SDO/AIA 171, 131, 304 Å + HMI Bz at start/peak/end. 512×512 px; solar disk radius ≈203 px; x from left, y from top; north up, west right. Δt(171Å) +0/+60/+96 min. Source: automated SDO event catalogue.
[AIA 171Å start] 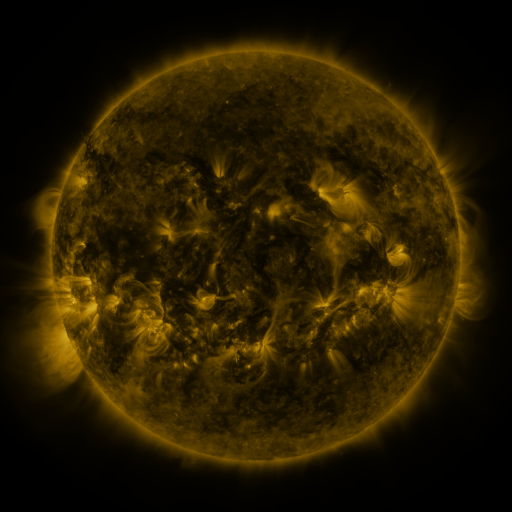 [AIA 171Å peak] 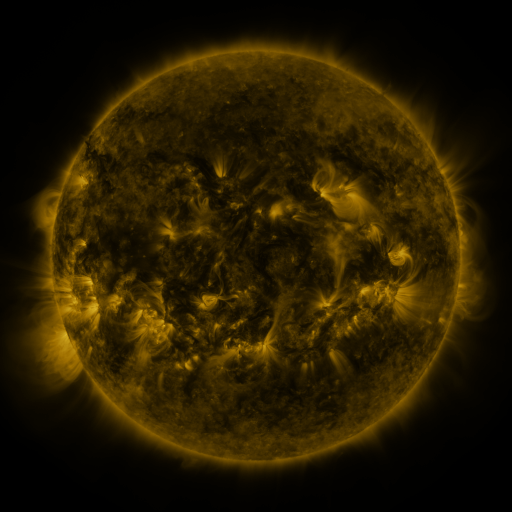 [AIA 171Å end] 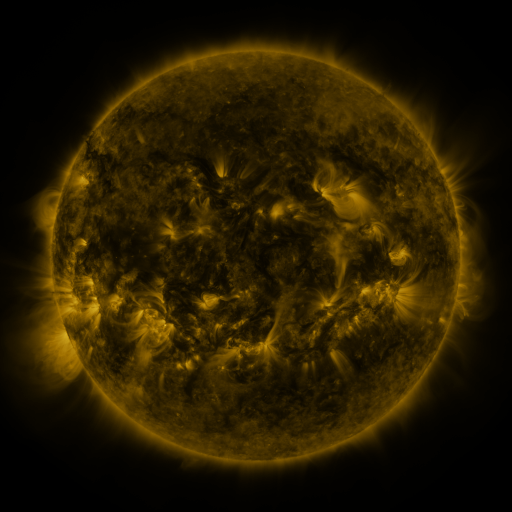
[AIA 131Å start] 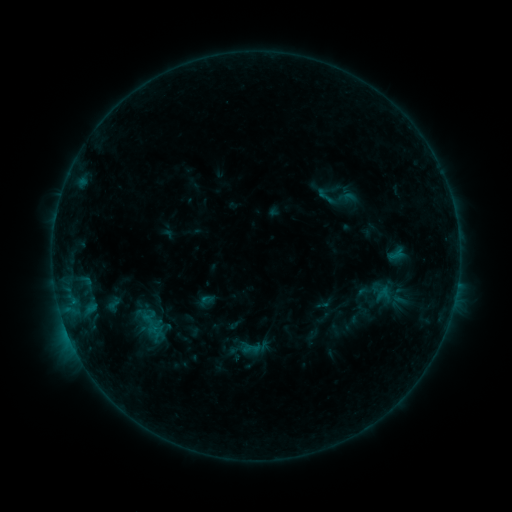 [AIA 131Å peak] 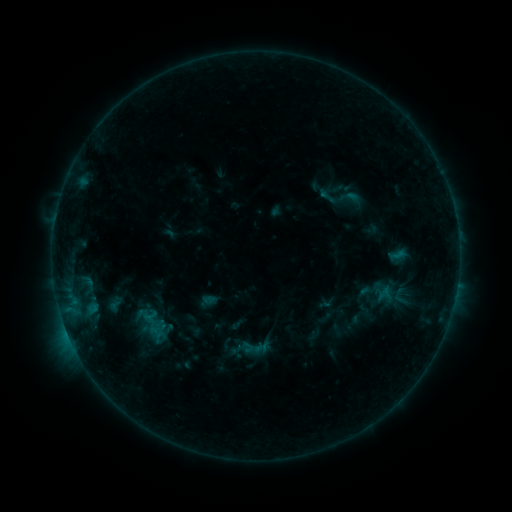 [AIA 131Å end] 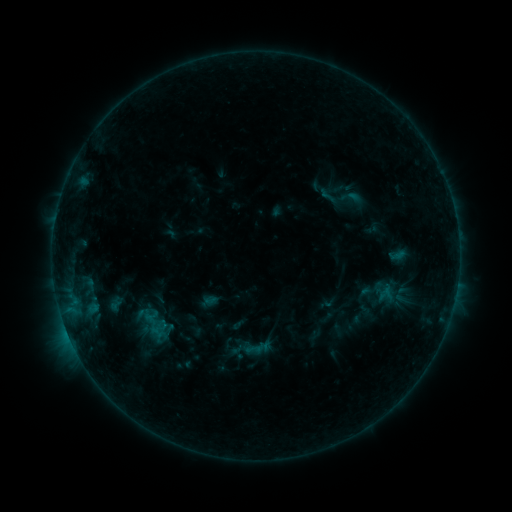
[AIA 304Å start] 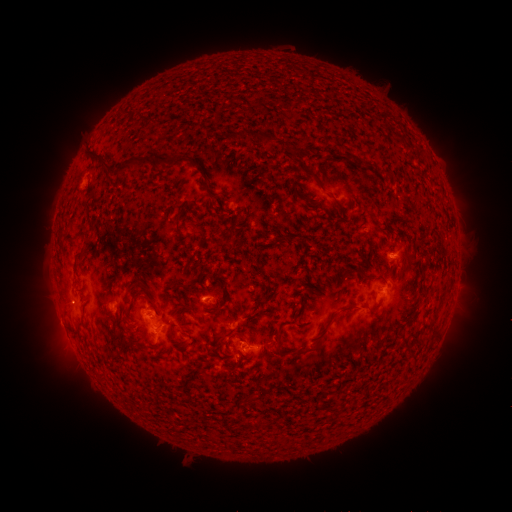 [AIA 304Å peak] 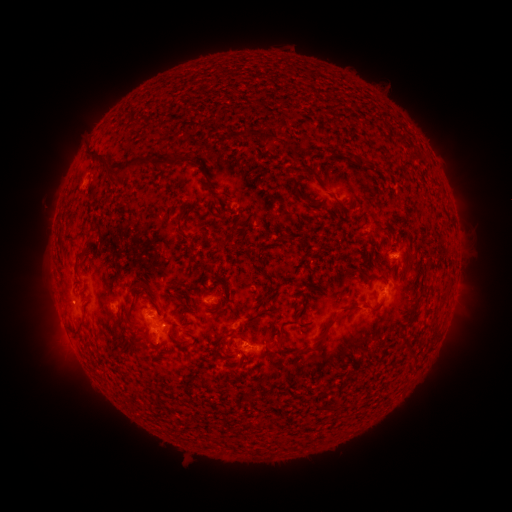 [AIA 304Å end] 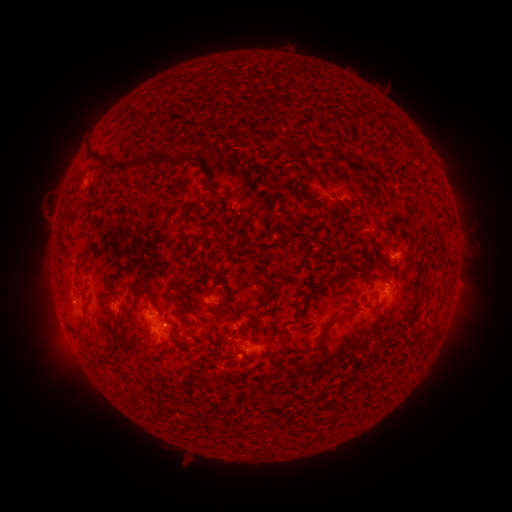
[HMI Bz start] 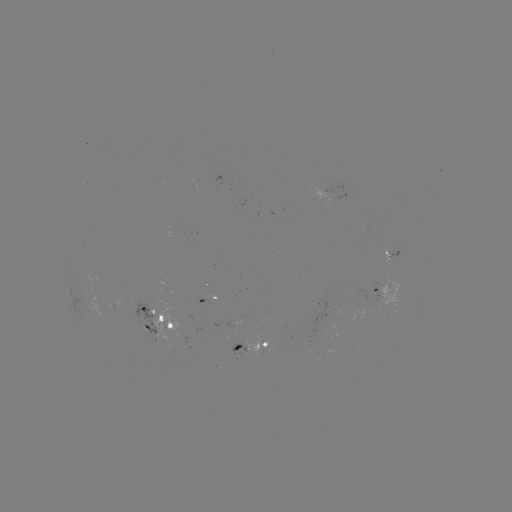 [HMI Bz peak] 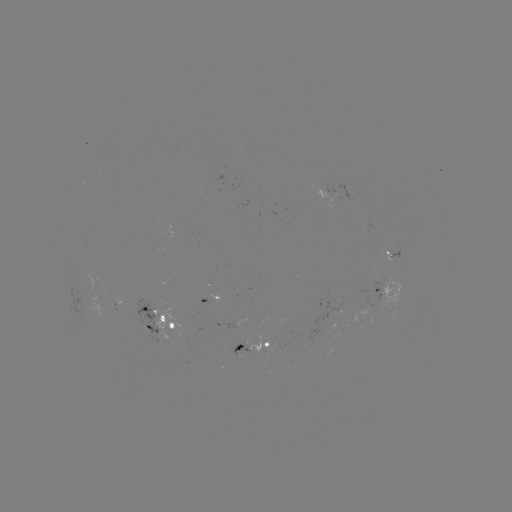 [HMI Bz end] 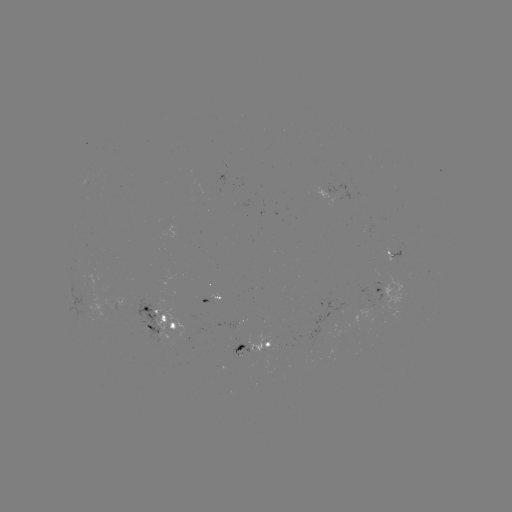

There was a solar emerging-flux region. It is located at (332, 192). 